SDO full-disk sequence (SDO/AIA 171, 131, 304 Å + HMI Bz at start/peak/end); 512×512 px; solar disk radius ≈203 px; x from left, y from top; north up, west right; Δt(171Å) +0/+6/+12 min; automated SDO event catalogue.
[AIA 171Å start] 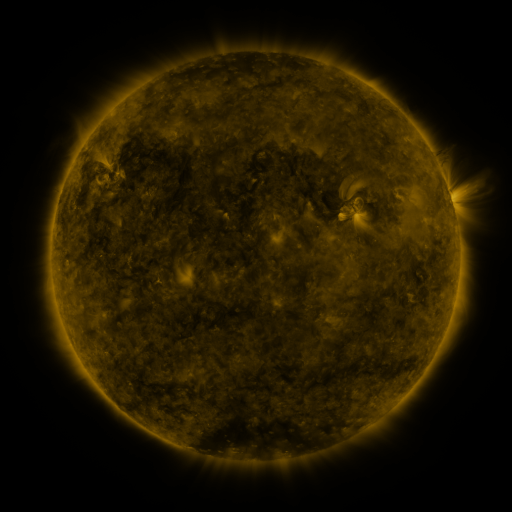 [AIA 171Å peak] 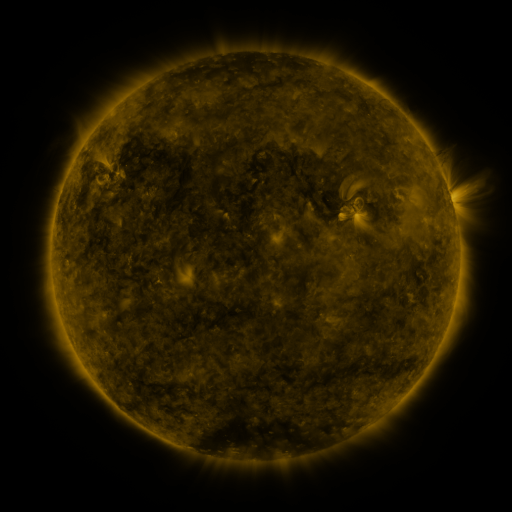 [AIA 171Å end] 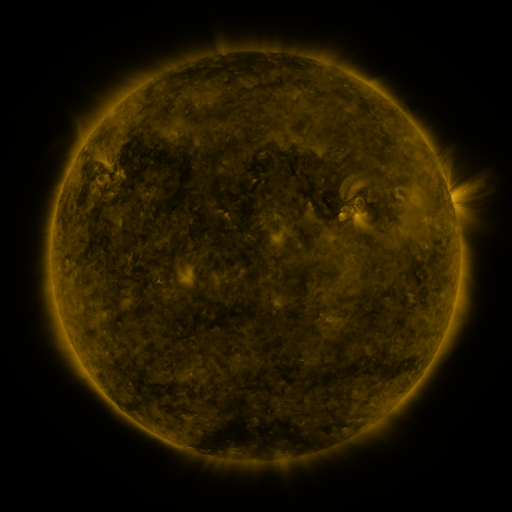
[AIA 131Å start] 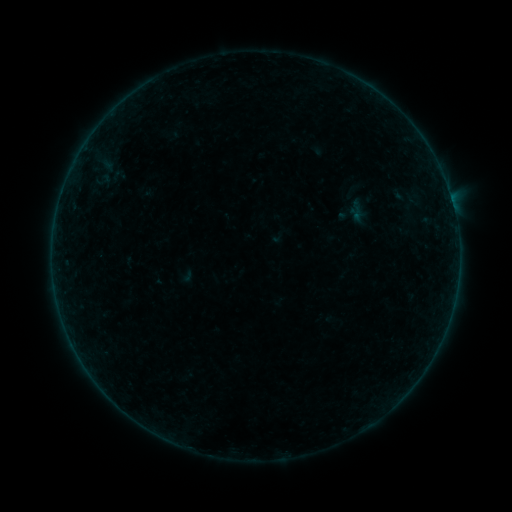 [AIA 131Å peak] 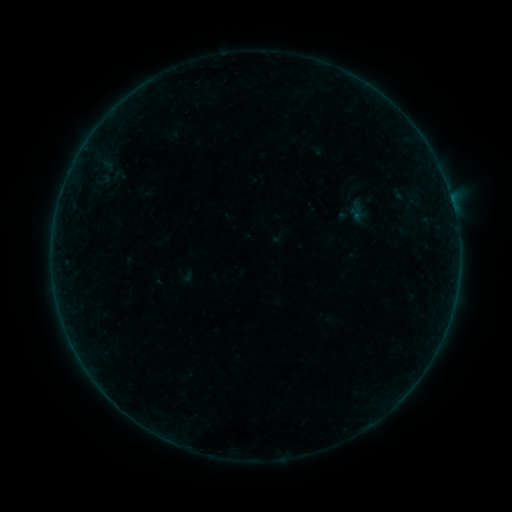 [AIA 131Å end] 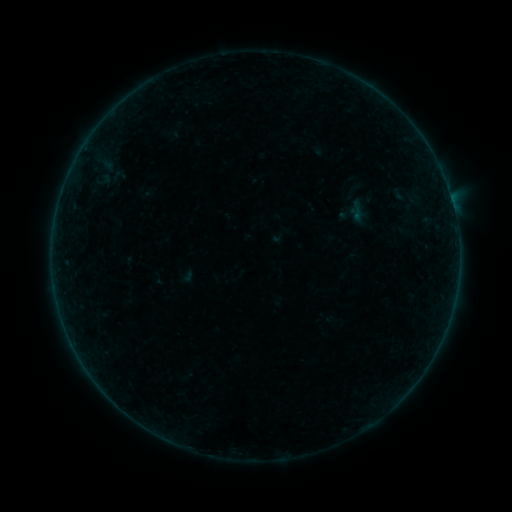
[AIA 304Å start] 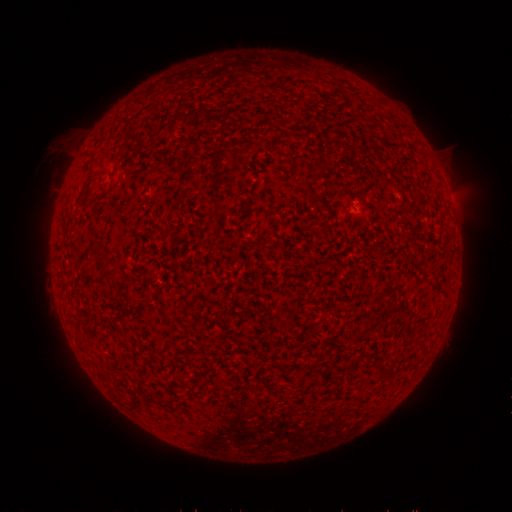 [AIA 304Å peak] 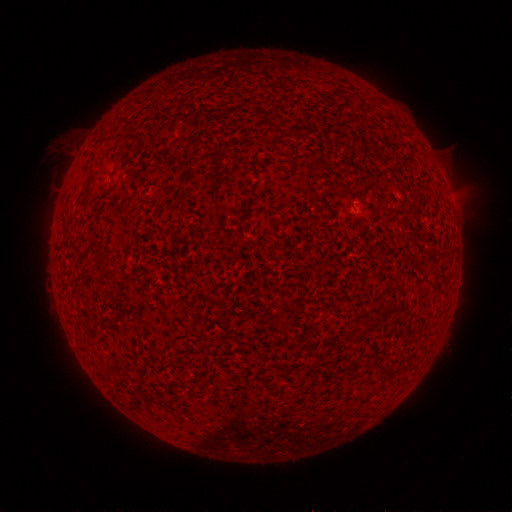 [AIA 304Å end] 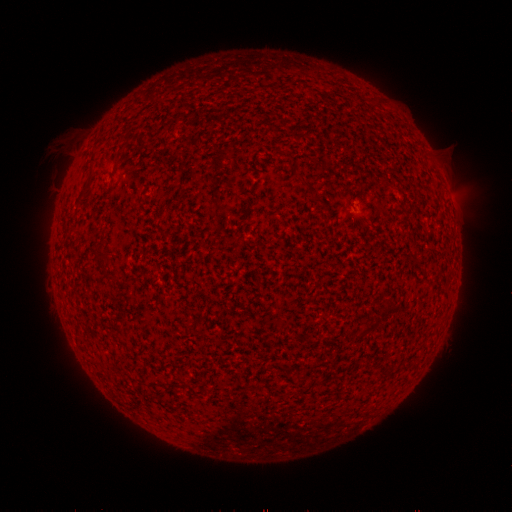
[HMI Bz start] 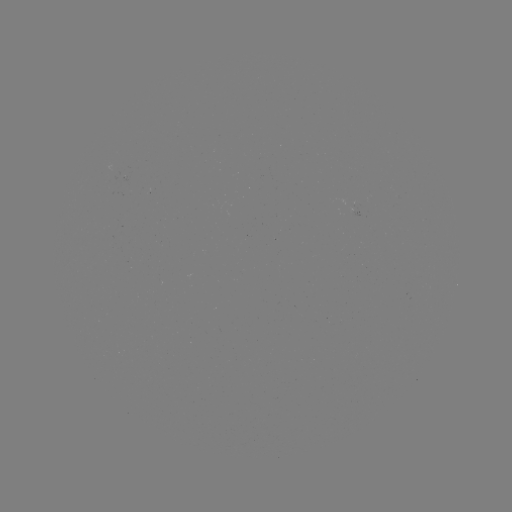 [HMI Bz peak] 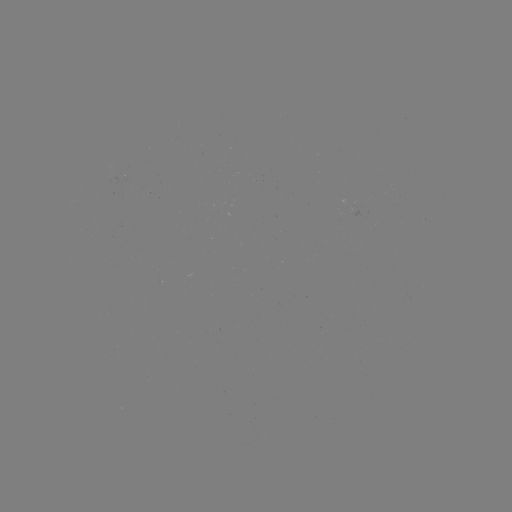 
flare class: B2.3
